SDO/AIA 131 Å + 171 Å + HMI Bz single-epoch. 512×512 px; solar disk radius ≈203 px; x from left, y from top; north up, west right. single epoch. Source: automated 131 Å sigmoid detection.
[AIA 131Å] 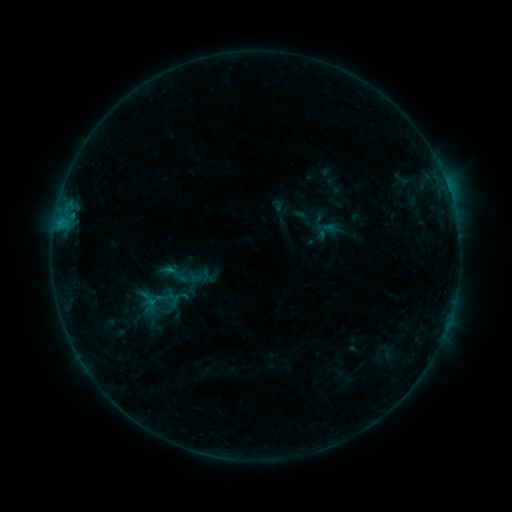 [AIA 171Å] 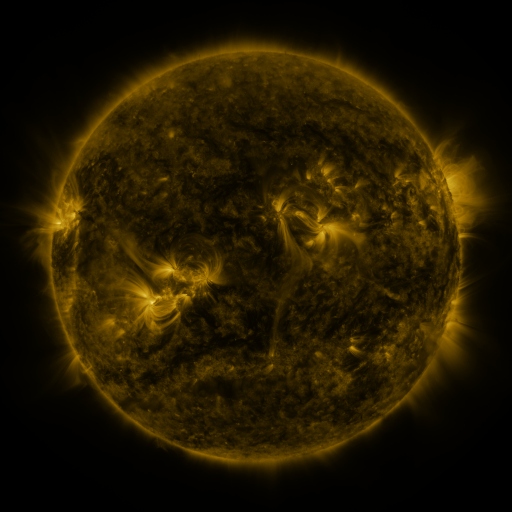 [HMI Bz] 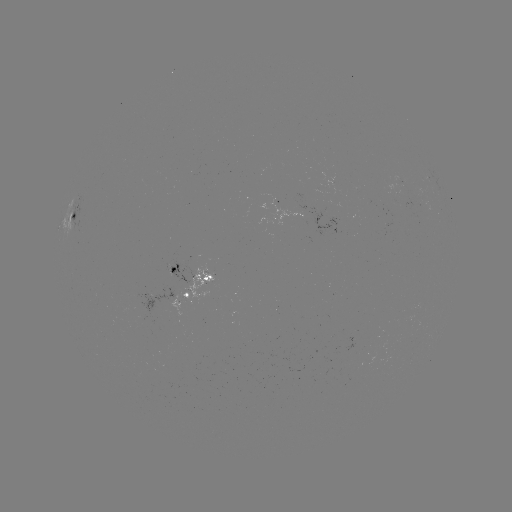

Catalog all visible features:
sigmoid: (174, 274)
